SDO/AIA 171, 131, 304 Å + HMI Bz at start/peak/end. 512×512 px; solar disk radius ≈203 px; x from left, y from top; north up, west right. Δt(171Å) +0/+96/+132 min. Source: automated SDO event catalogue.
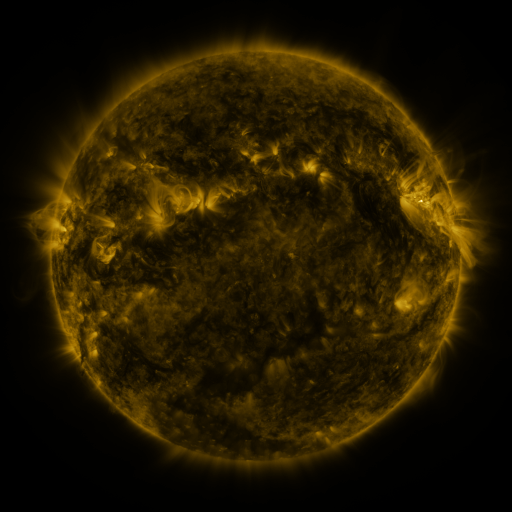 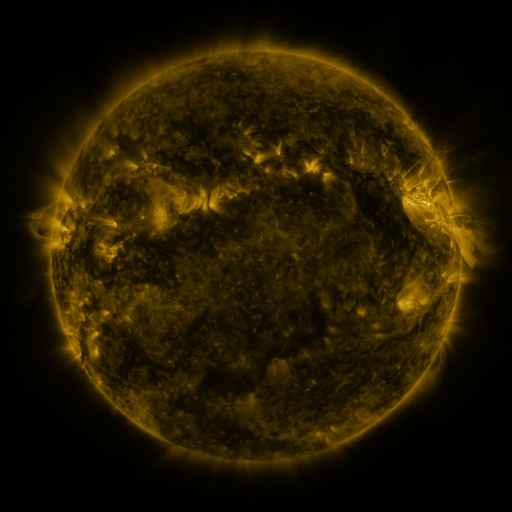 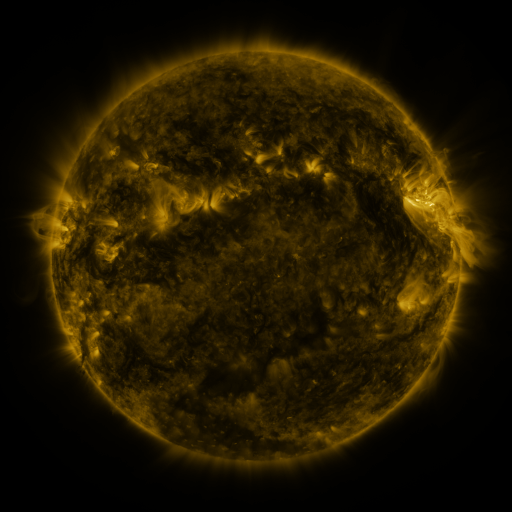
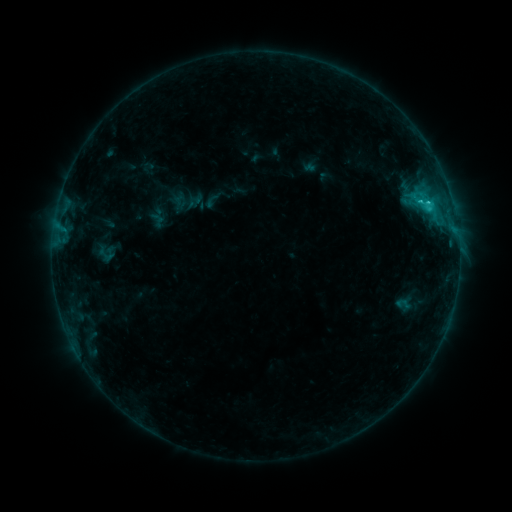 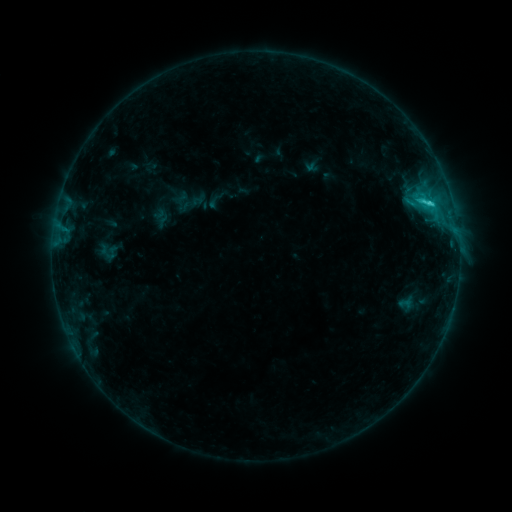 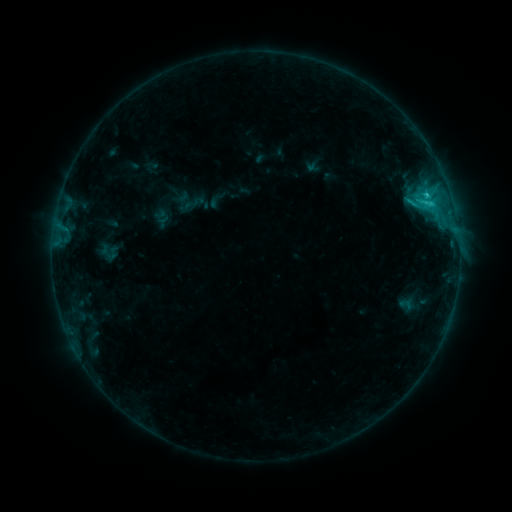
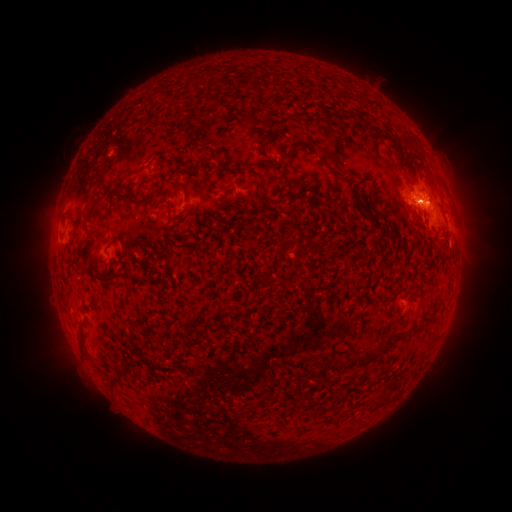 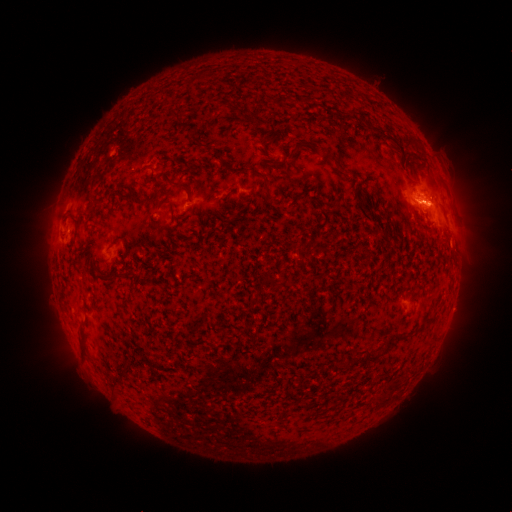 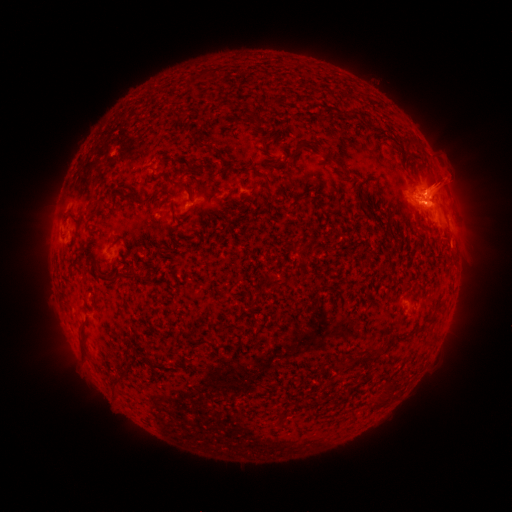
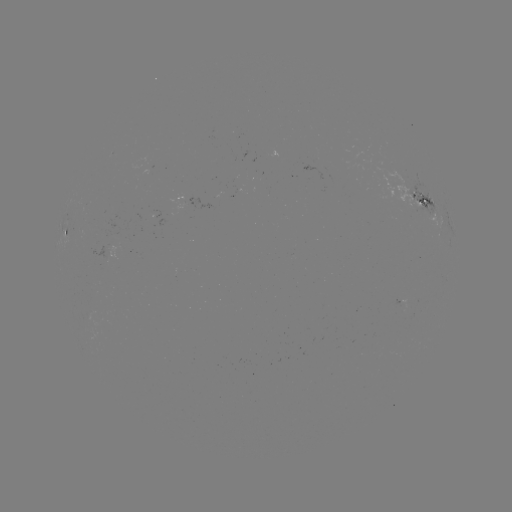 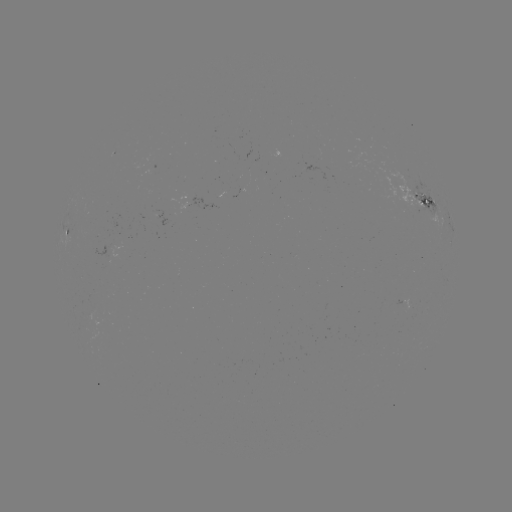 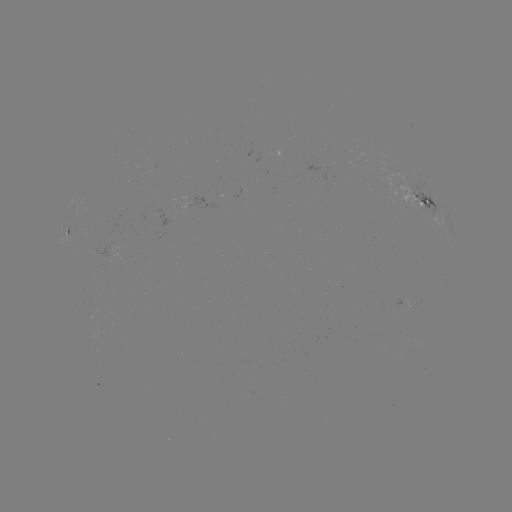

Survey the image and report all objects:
emerging-flux region: (92, 310)
